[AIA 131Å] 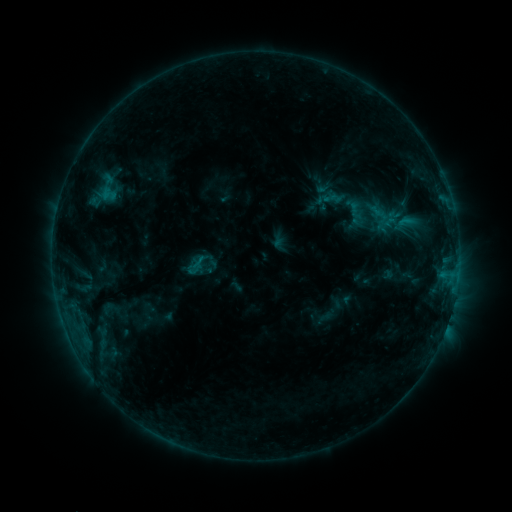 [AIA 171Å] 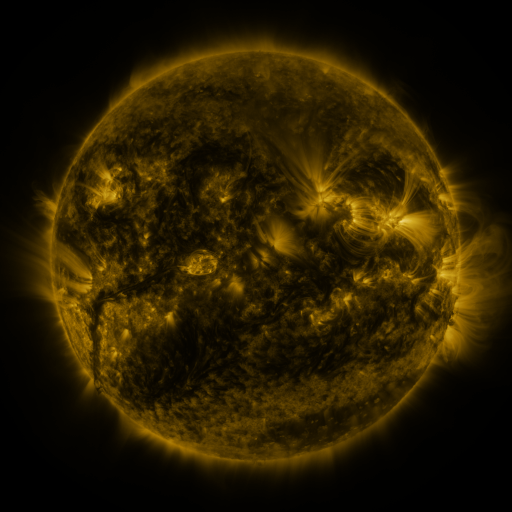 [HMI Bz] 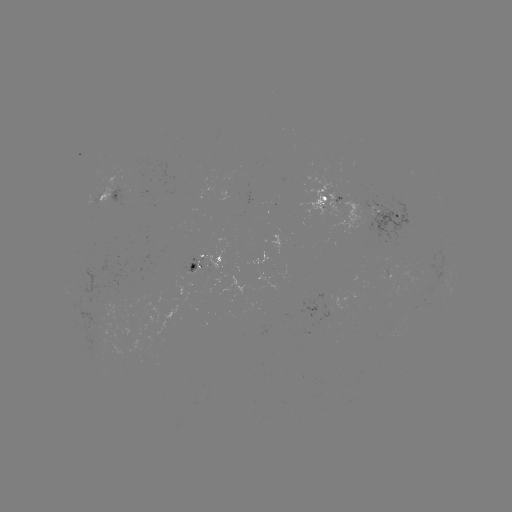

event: sigmoid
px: (107, 187)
